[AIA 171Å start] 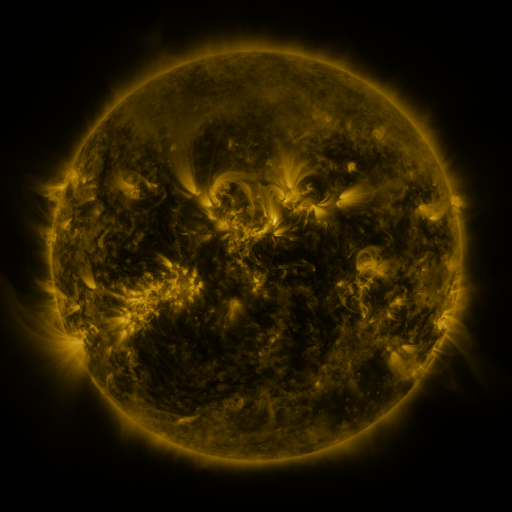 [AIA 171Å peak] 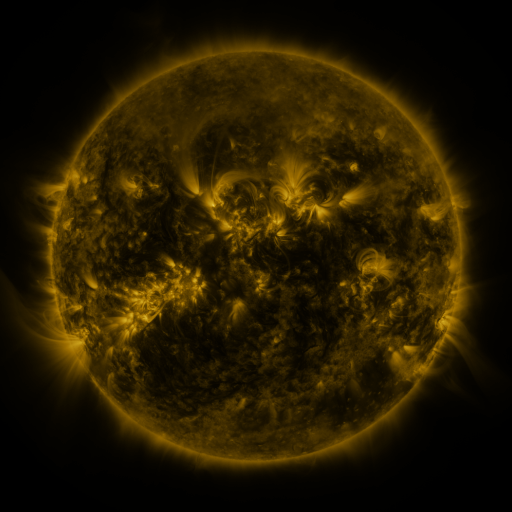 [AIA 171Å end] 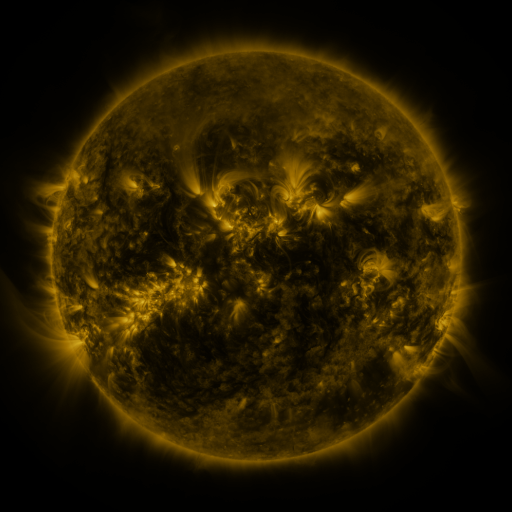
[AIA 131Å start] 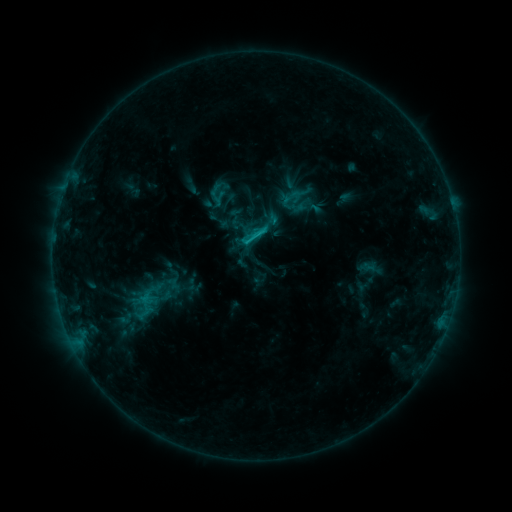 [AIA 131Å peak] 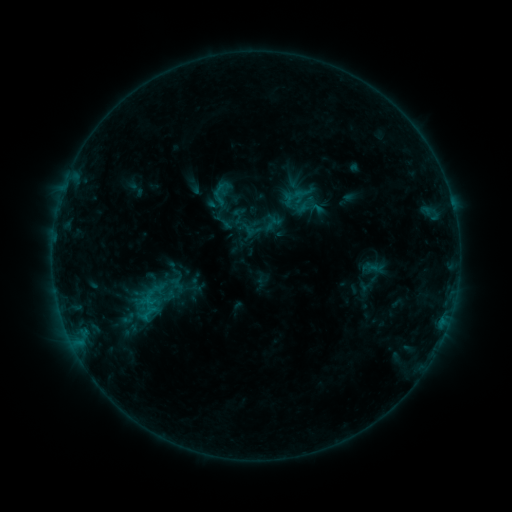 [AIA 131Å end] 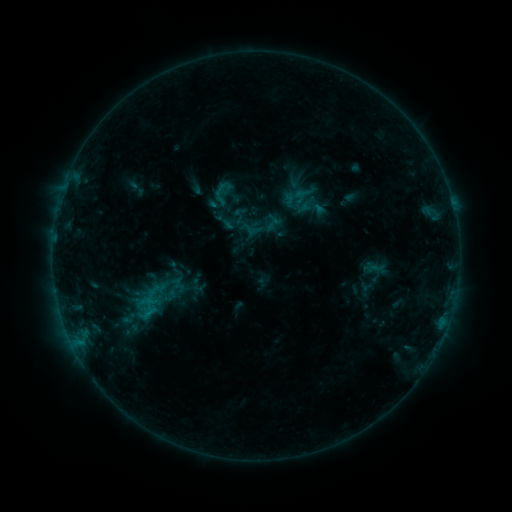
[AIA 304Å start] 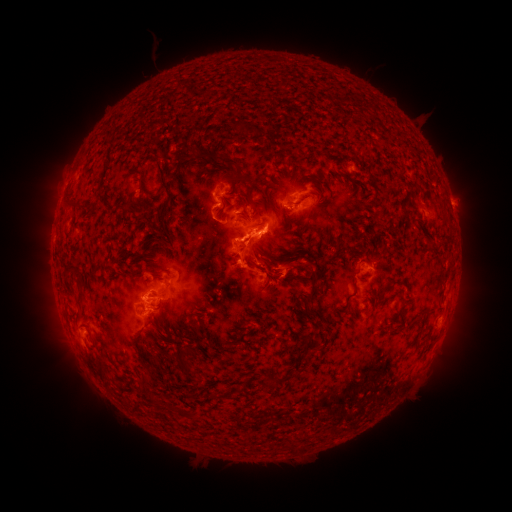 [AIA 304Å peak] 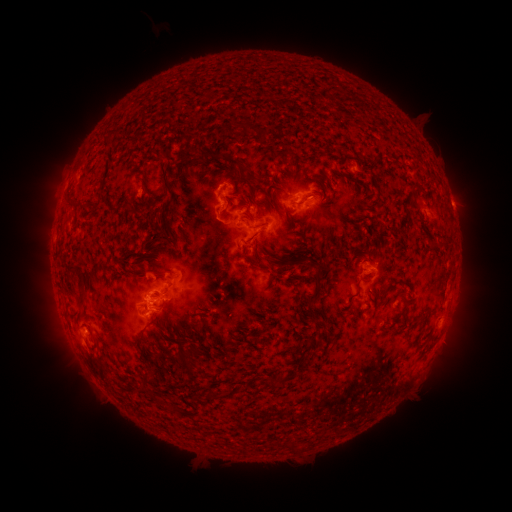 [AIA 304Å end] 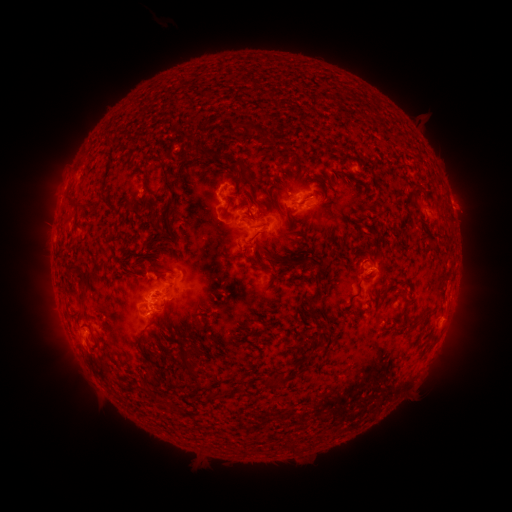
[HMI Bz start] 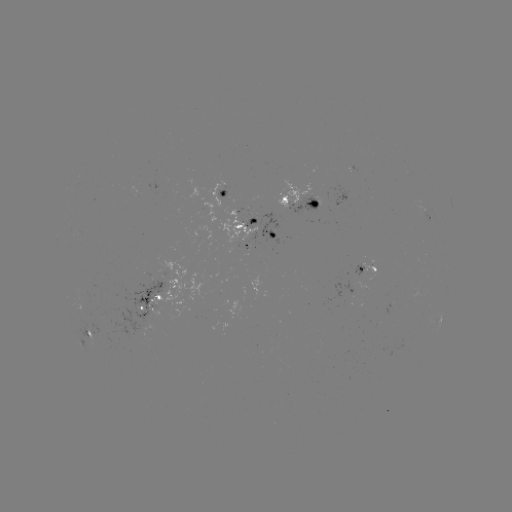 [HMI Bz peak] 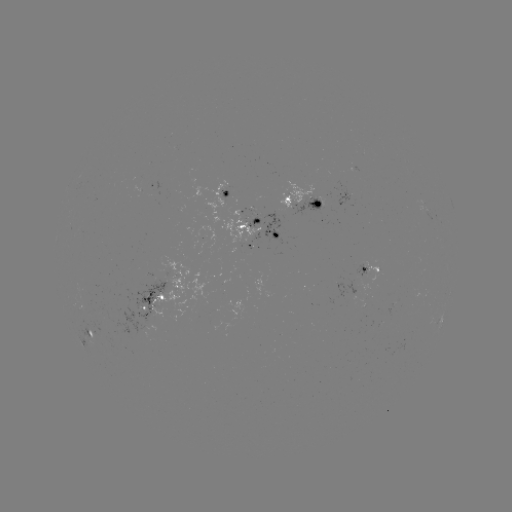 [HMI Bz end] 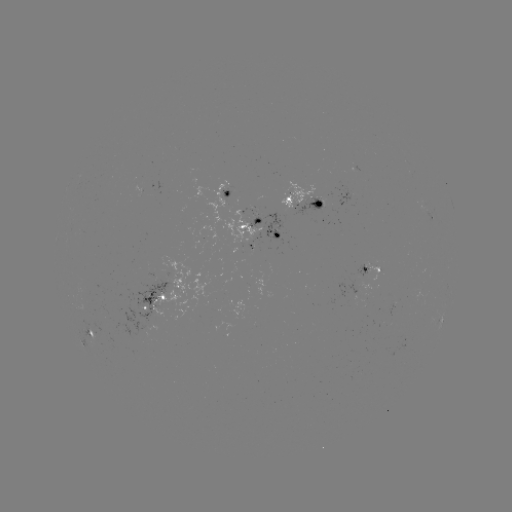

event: emerging-flux region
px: (290, 195)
